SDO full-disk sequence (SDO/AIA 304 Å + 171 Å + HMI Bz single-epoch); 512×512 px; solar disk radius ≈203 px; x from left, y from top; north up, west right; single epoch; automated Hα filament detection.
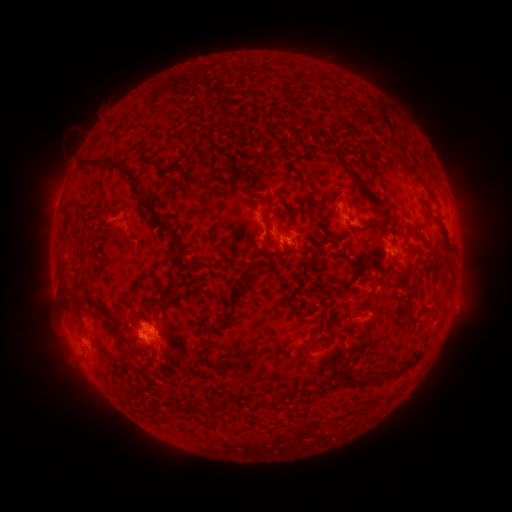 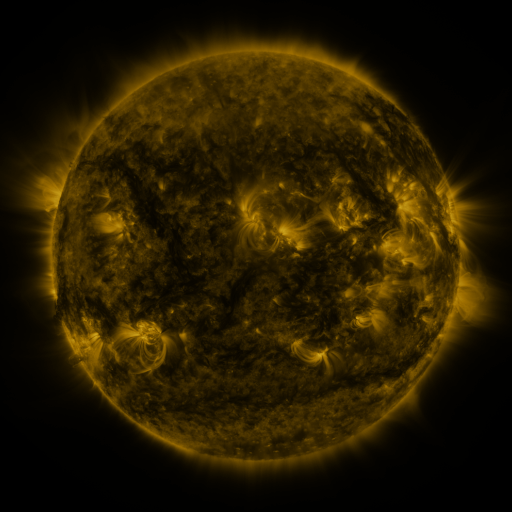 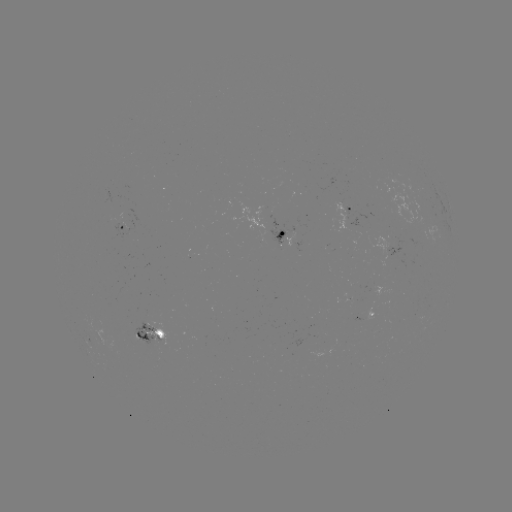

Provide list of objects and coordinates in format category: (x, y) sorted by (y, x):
filament: (381, 117)
filament: (150, 164)
filament: (103, 166)
filament: (354, 173)
filament: (209, 183)
filament: (368, 197)
filament: (146, 202)
filament: (265, 207)
filament: (287, 215)
filament: (165, 228)
filament: (266, 228)
filament: (363, 228)
filament: (444, 229)
filament: (246, 232)
filament: (60, 272)
filament: (244, 280)
filament: (85, 293)
filament: (370, 294)
filament: (159, 305)
filament: (76, 309)
filament: (219, 327)
filament: (213, 347)
filament: (124, 350)
filament: (410, 362)
filament: (230, 366)
filament: (381, 377)
filament: (368, 379)
filament: (197, 408)
